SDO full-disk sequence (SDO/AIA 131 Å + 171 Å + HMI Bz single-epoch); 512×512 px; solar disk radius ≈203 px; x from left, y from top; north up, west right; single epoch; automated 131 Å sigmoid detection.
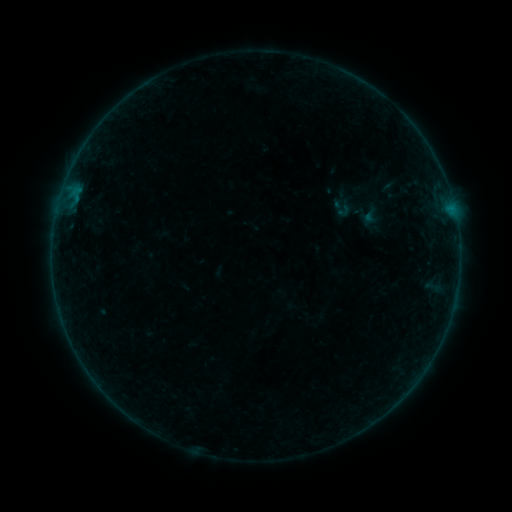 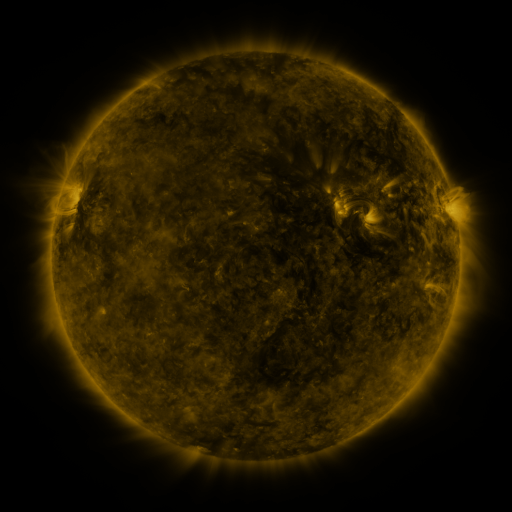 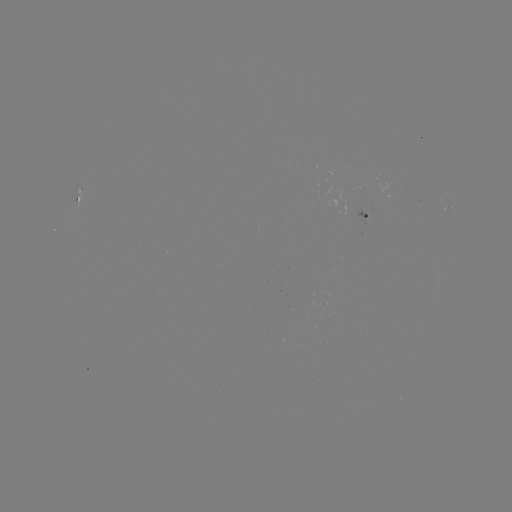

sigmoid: (358, 205, 384, 226)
